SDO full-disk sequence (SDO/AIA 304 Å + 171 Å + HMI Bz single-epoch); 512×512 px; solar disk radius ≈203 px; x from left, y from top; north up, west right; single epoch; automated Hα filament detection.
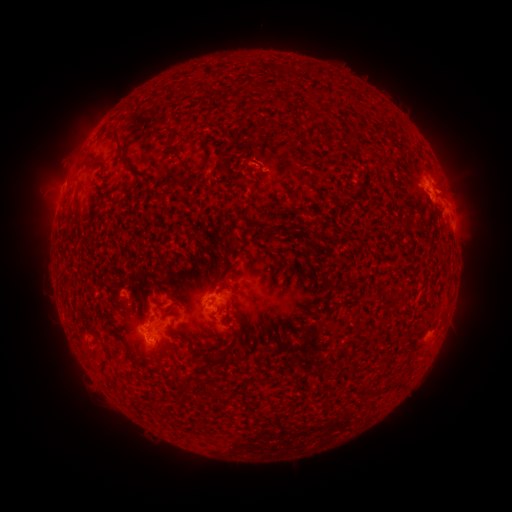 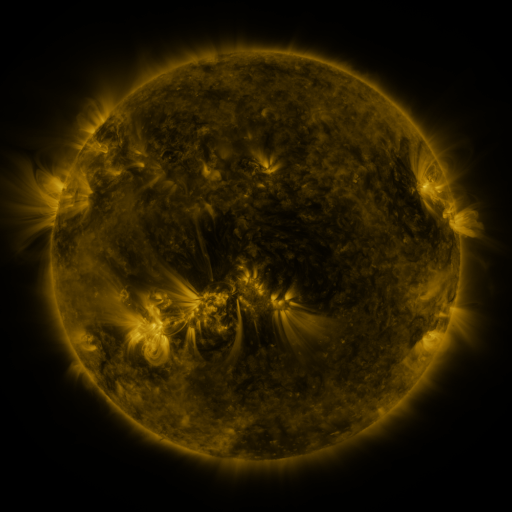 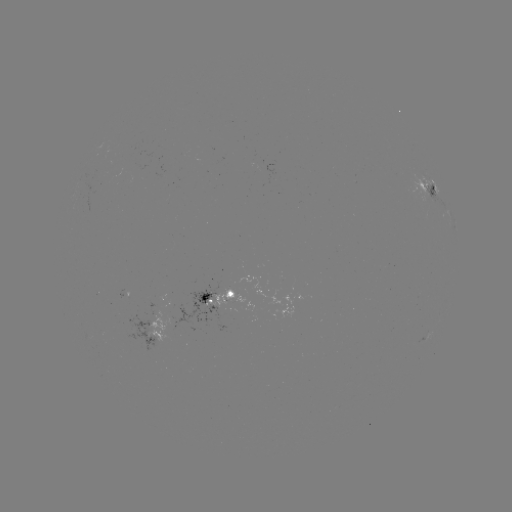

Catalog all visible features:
filament: (317, 113)
filament: (172, 136)
filament: (121, 145)
filament: (180, 157)
filament: (77, 204)
filament: (256, 224)
filament: (323, 290)
filament: (114, 330)
filament: (178, 337)
filament: (230, 344)
filament: (127, 353)
filament: (261, 382)
